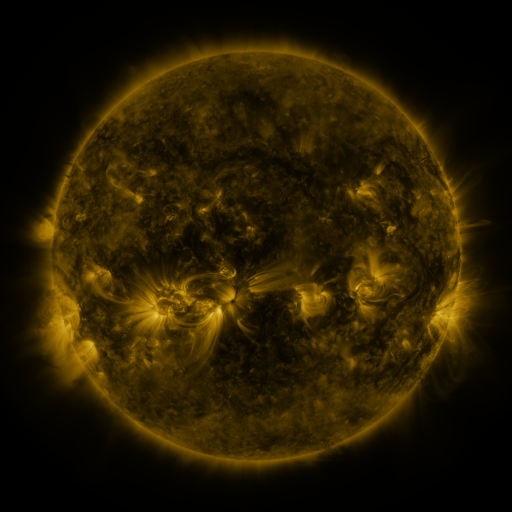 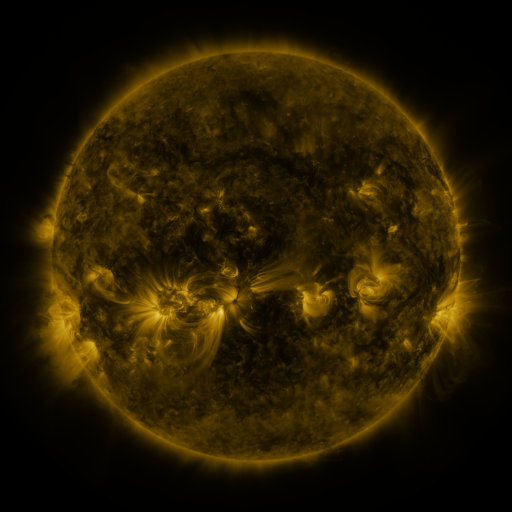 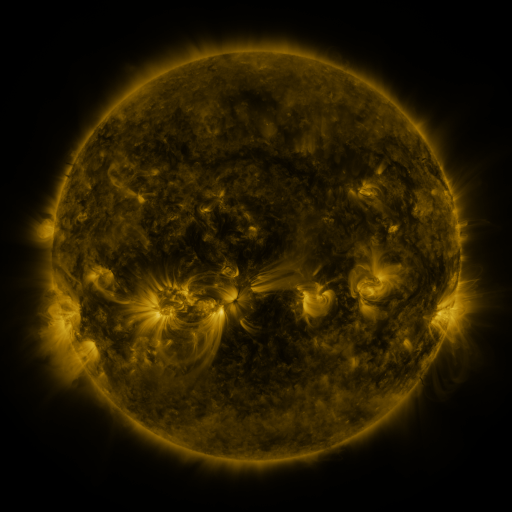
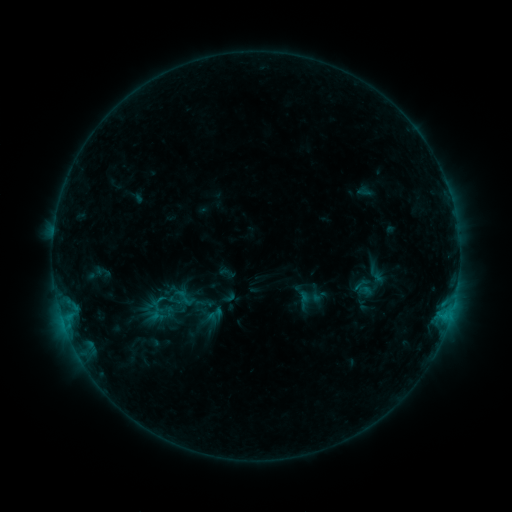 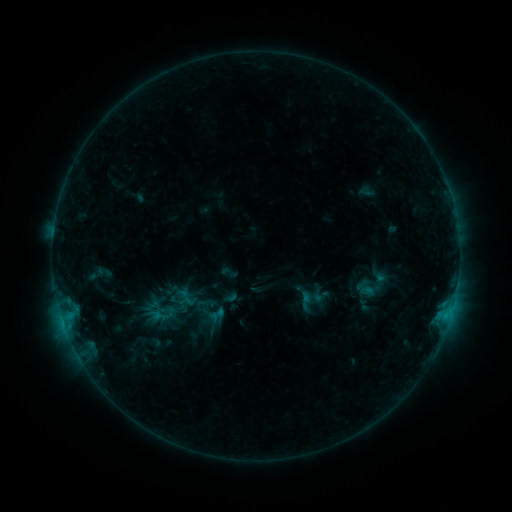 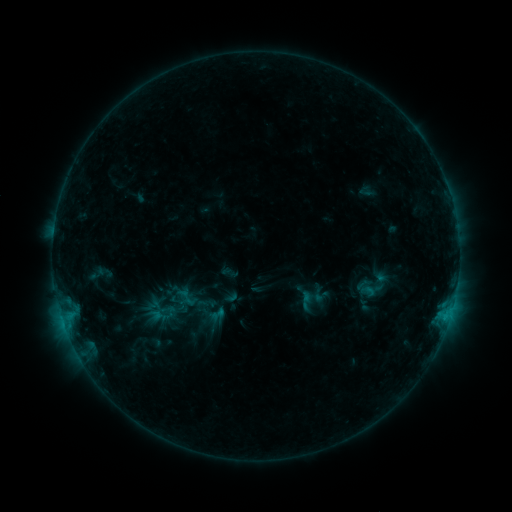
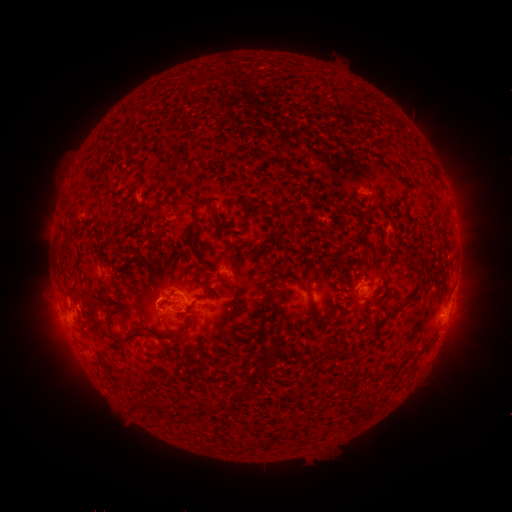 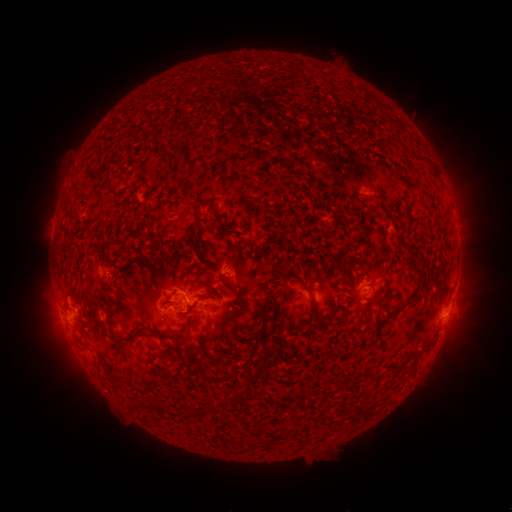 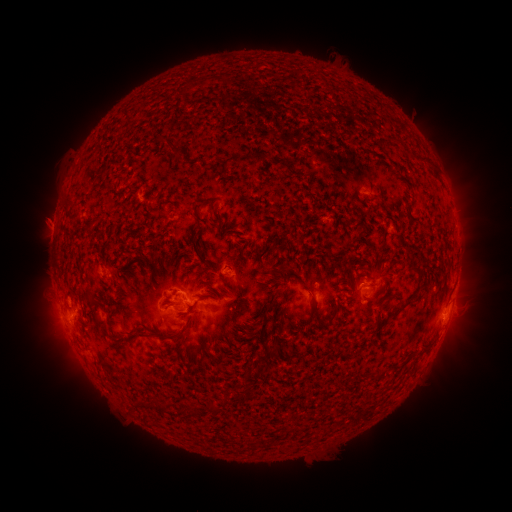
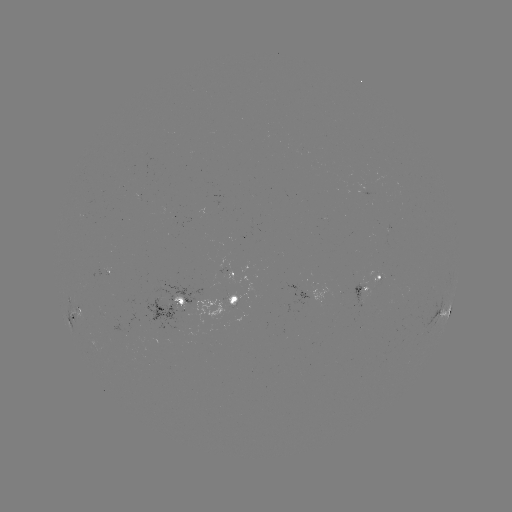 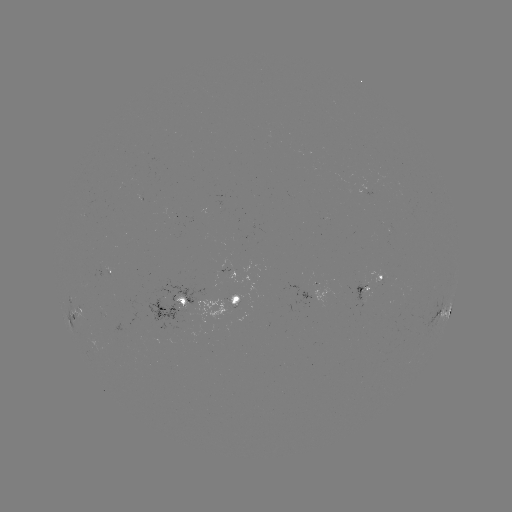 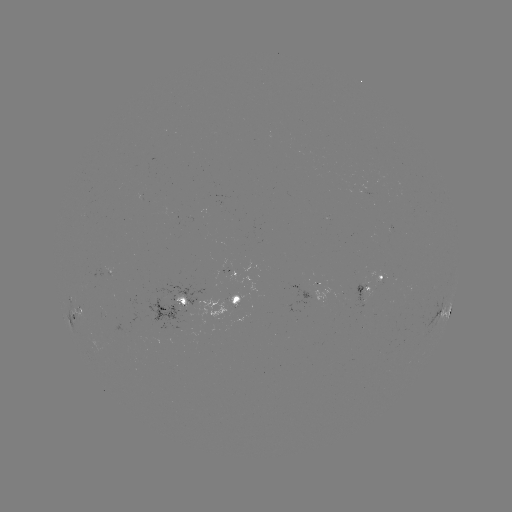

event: emerging-flux region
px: (310, 290)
